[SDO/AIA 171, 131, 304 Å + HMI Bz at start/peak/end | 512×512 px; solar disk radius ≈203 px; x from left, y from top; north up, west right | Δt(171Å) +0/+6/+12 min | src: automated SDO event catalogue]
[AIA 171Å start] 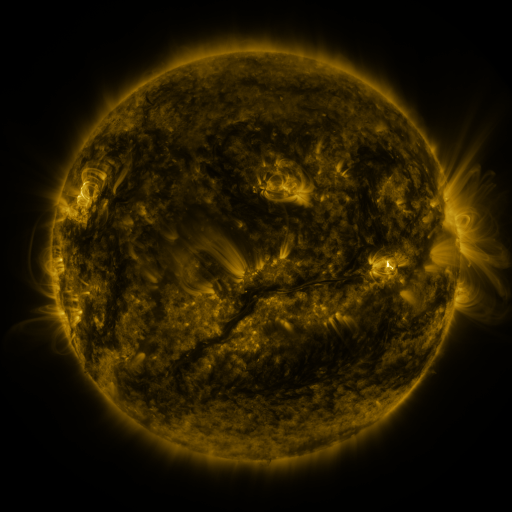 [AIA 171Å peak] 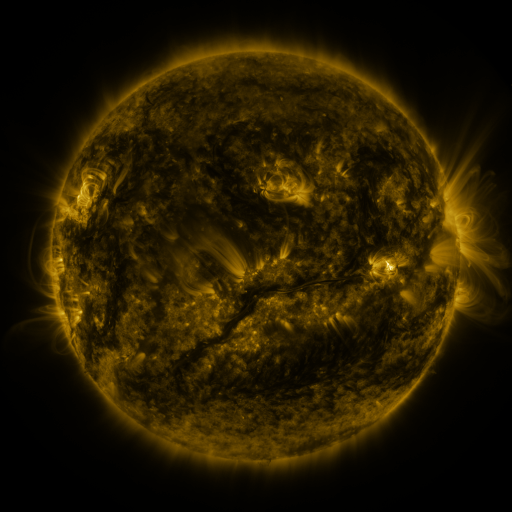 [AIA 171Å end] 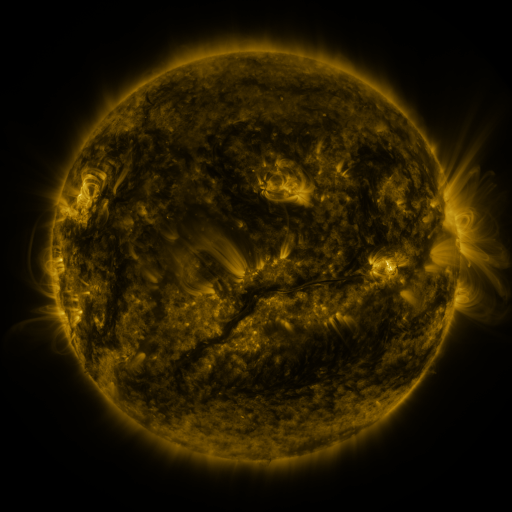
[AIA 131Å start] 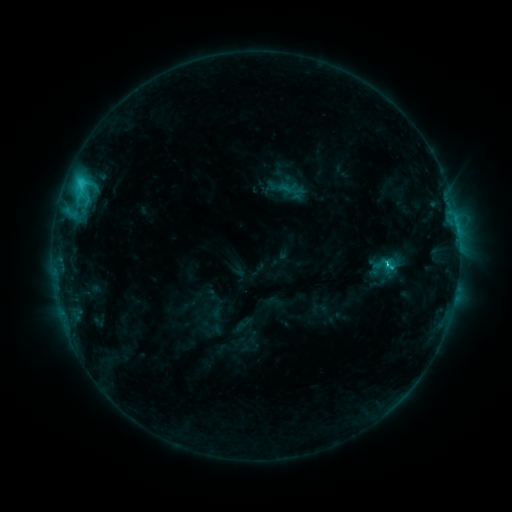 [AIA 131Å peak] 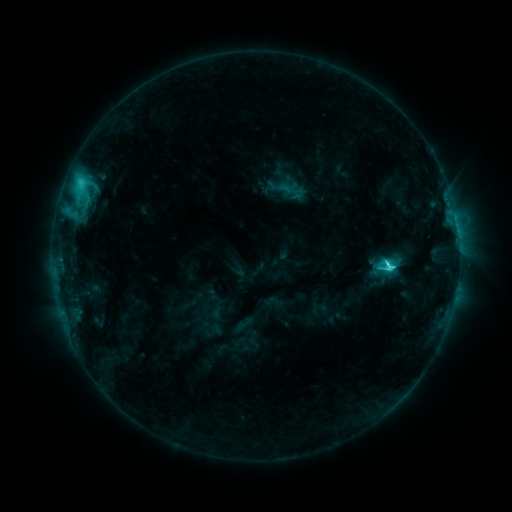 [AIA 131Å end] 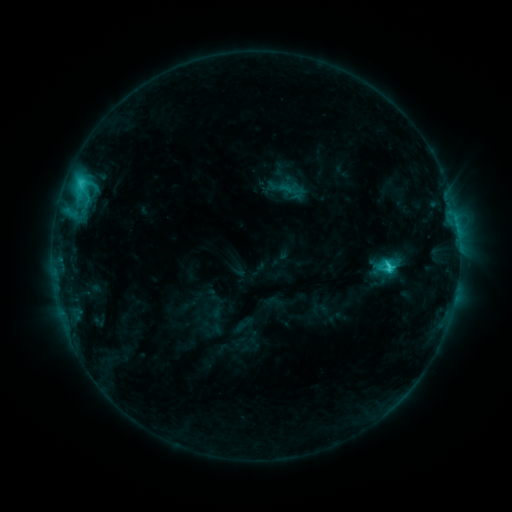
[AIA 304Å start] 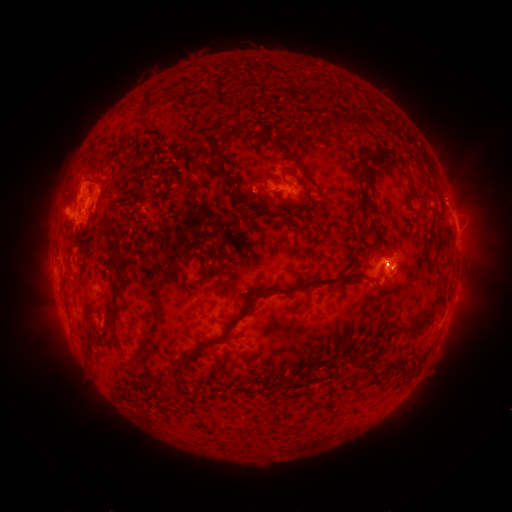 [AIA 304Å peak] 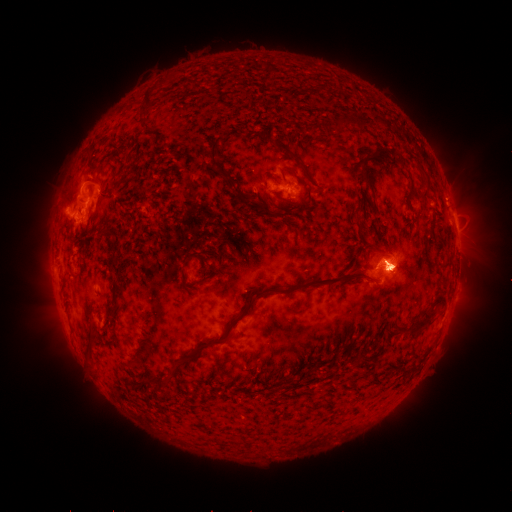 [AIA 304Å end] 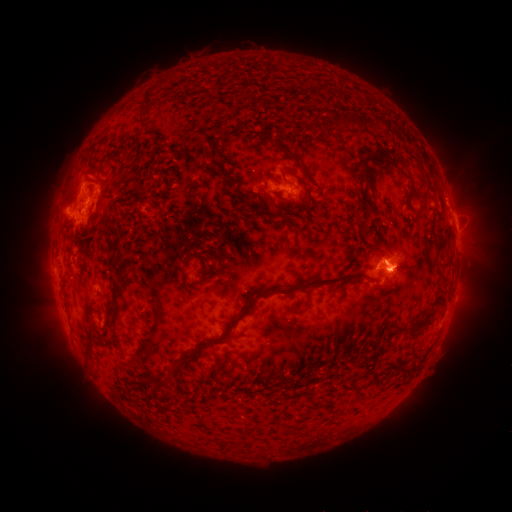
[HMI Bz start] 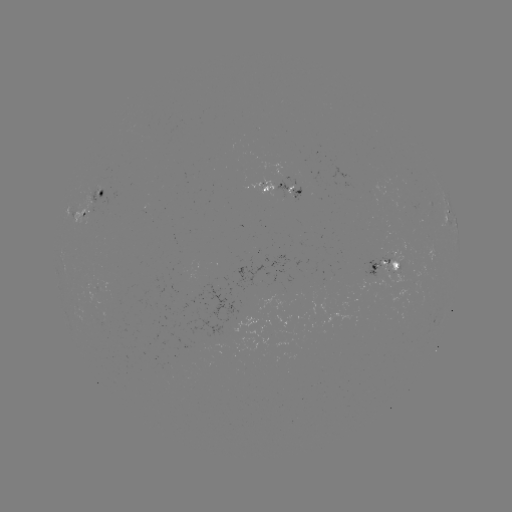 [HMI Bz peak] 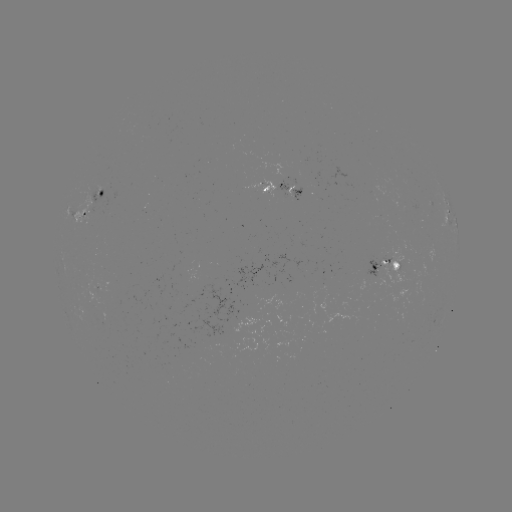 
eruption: [318, 194, 496, 340]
